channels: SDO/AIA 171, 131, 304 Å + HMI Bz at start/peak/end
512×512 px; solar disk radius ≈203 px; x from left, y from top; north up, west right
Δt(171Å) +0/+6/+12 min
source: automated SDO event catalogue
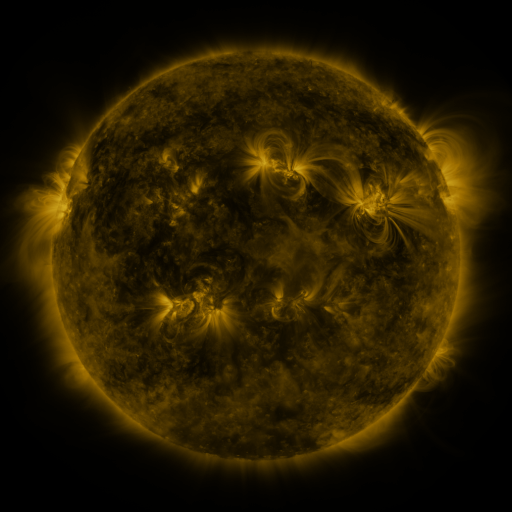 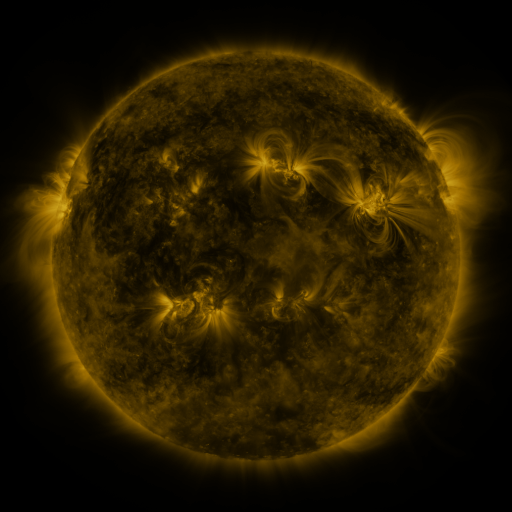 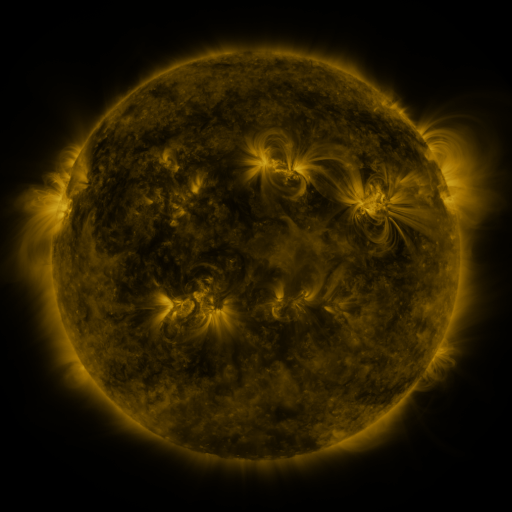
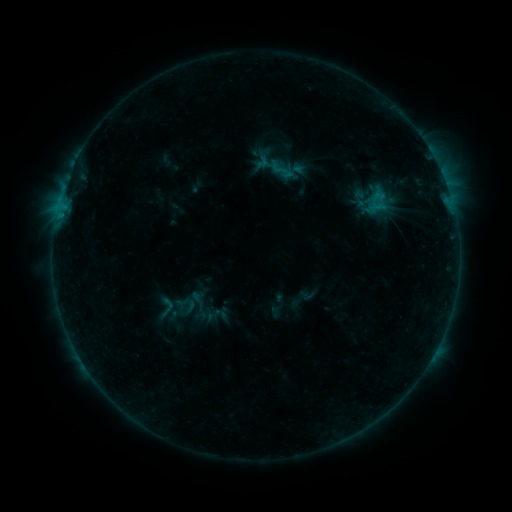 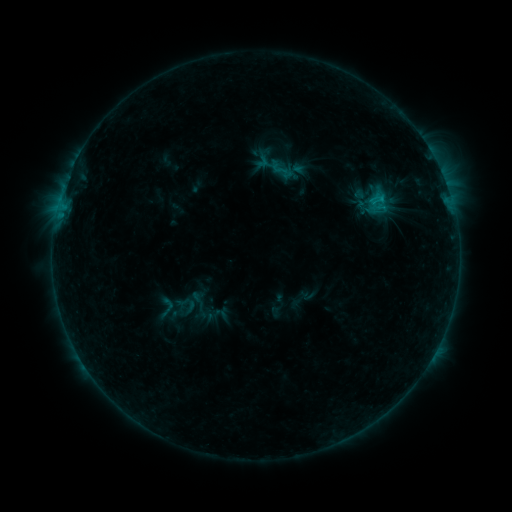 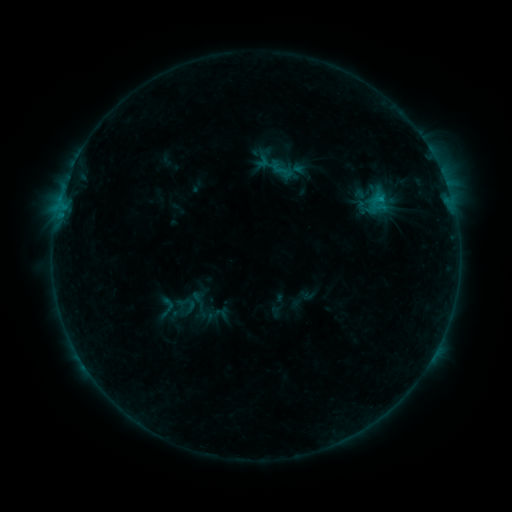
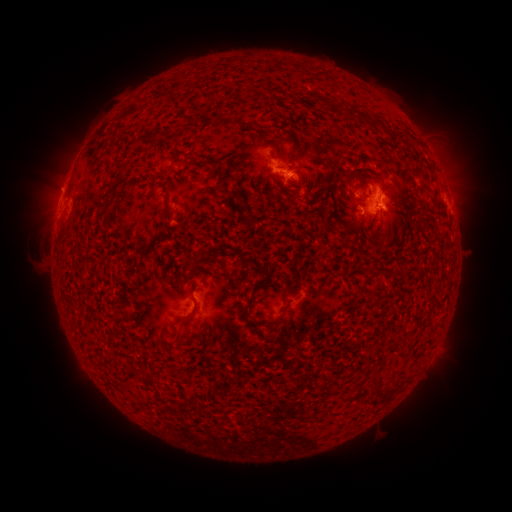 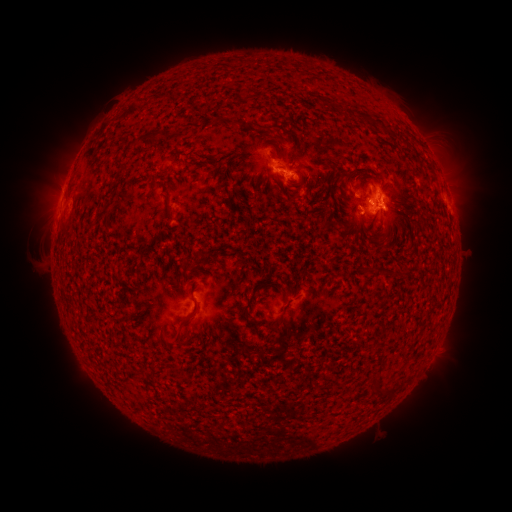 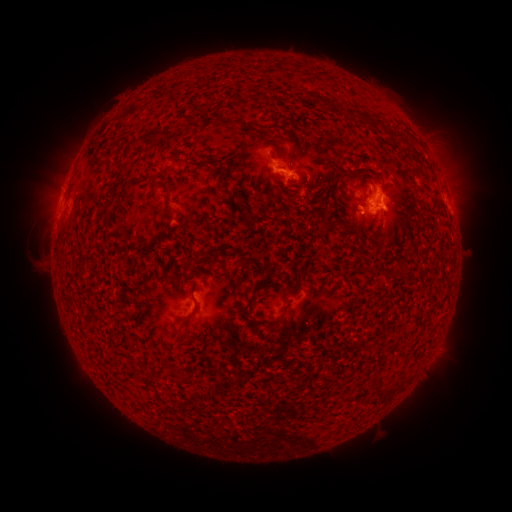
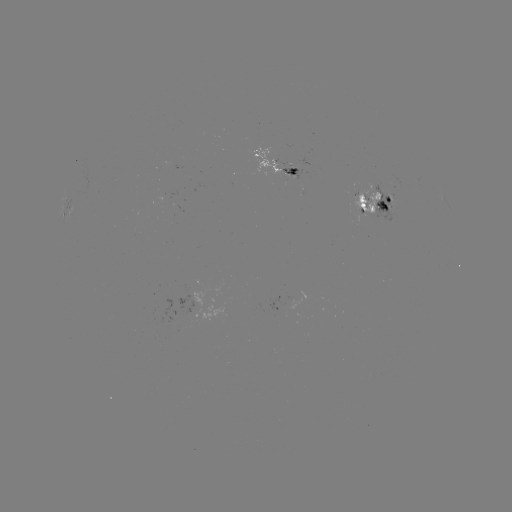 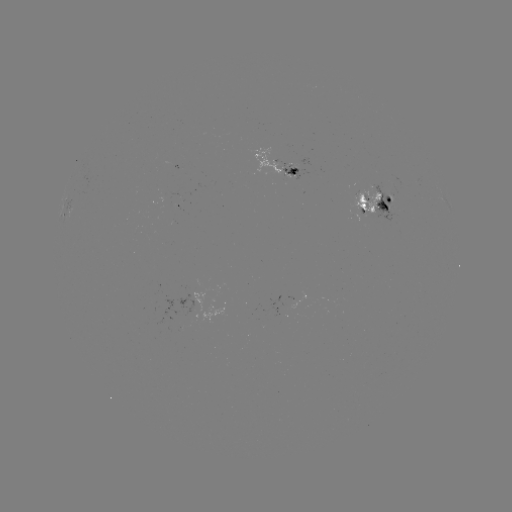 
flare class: C1.0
